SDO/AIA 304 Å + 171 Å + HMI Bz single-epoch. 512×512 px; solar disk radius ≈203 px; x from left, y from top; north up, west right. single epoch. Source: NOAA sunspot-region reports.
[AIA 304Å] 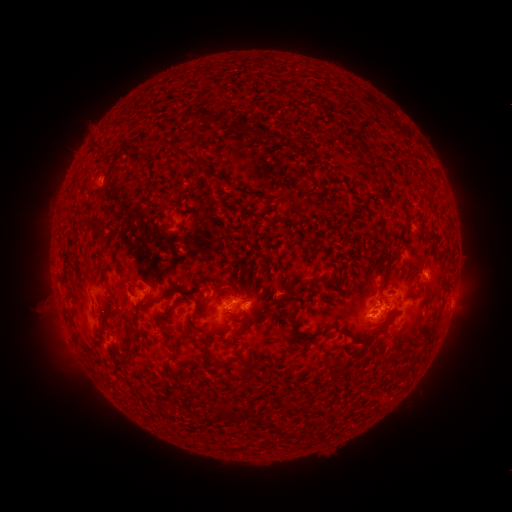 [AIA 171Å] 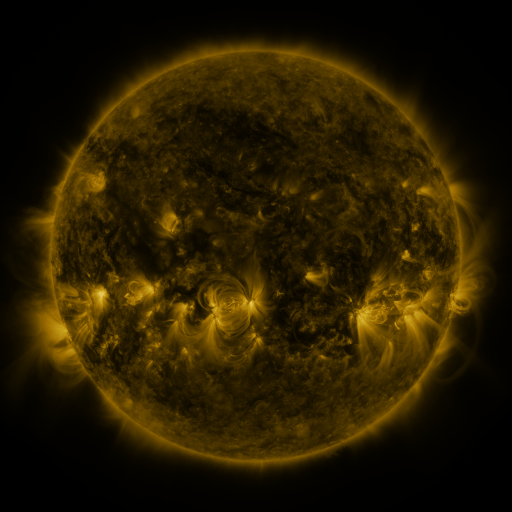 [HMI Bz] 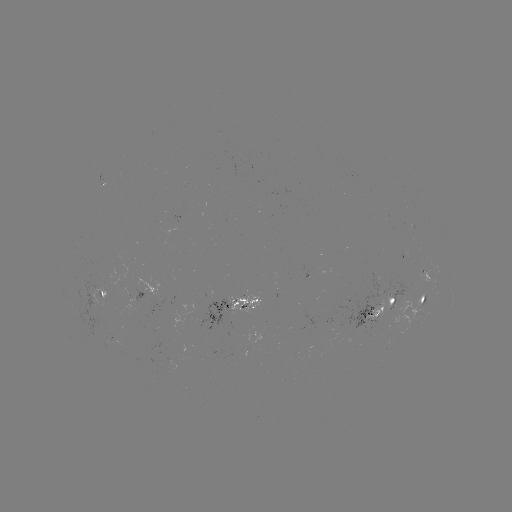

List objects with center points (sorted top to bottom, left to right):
spotted active region: (147, 290)
spotted active region: (103, 292)
spotted active region: (422, 303)
spotted active region: (235, 306)
spotted active region: (375, 311)
